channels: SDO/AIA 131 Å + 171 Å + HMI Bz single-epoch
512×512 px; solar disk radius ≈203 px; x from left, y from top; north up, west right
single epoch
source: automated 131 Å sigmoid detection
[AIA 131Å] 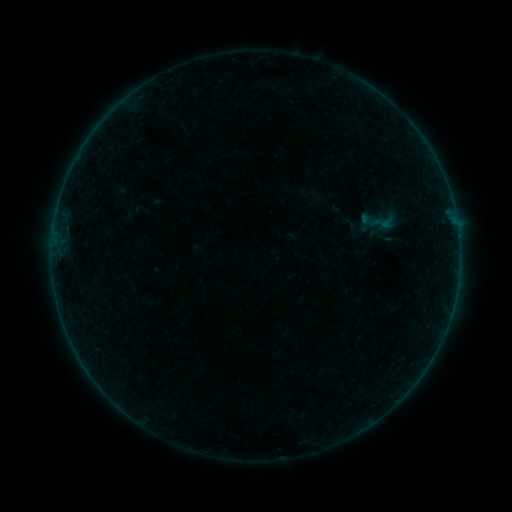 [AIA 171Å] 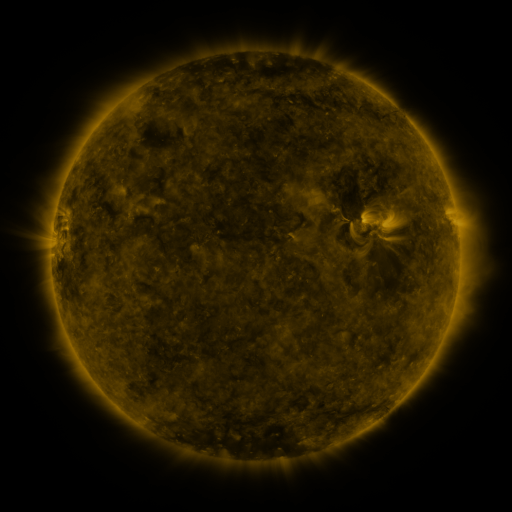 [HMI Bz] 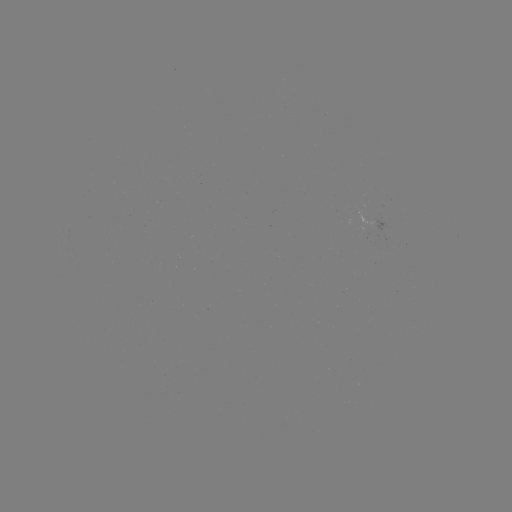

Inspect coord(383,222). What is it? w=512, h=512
sigmoid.